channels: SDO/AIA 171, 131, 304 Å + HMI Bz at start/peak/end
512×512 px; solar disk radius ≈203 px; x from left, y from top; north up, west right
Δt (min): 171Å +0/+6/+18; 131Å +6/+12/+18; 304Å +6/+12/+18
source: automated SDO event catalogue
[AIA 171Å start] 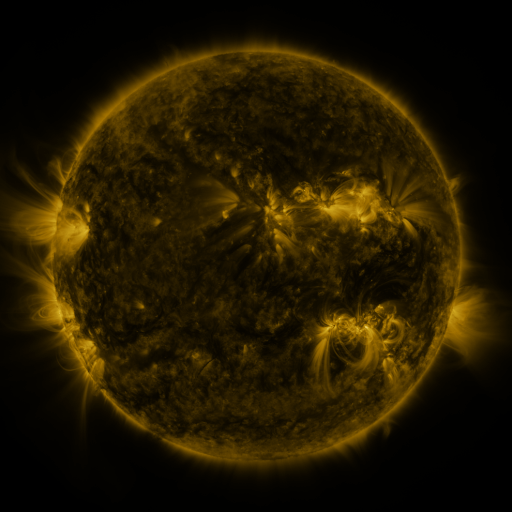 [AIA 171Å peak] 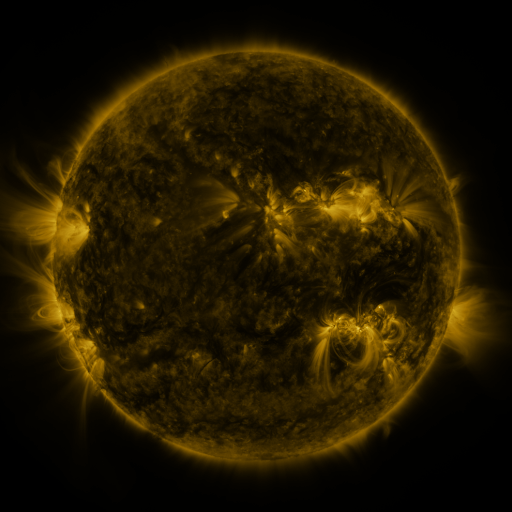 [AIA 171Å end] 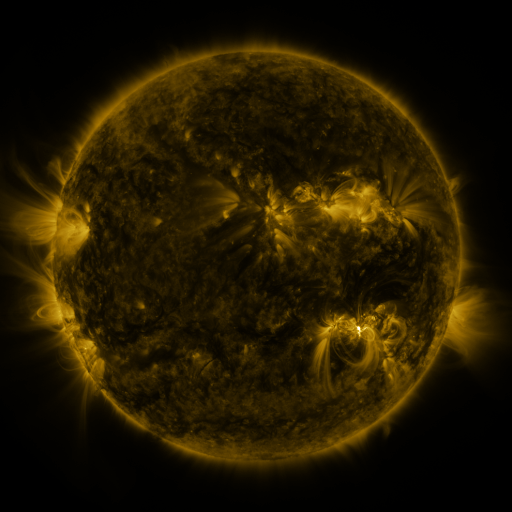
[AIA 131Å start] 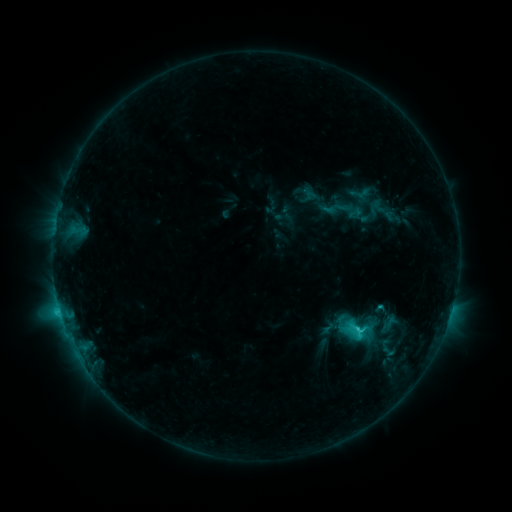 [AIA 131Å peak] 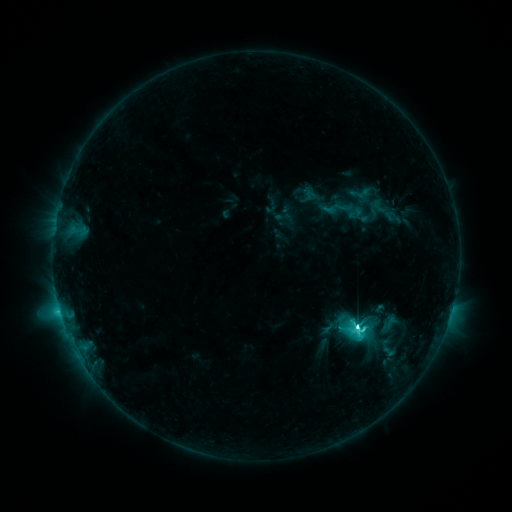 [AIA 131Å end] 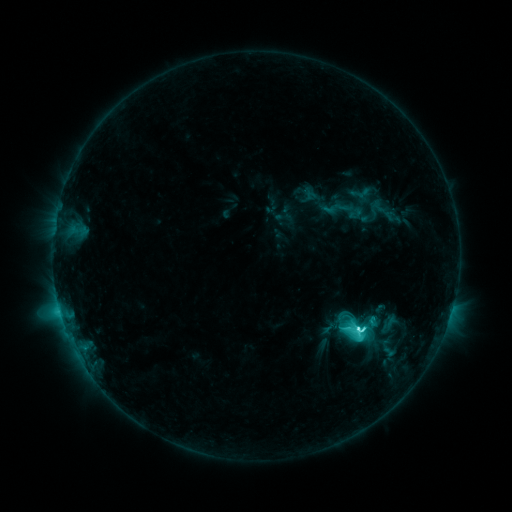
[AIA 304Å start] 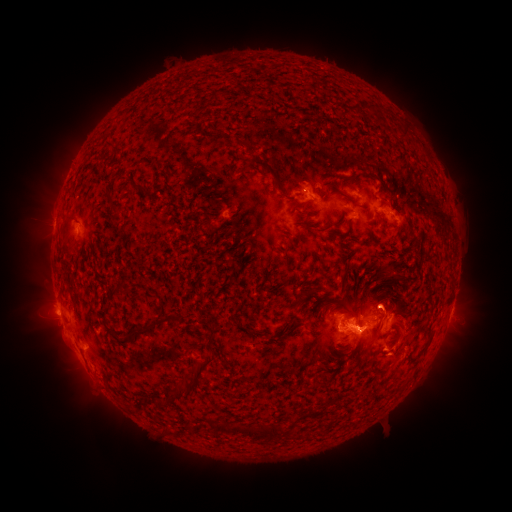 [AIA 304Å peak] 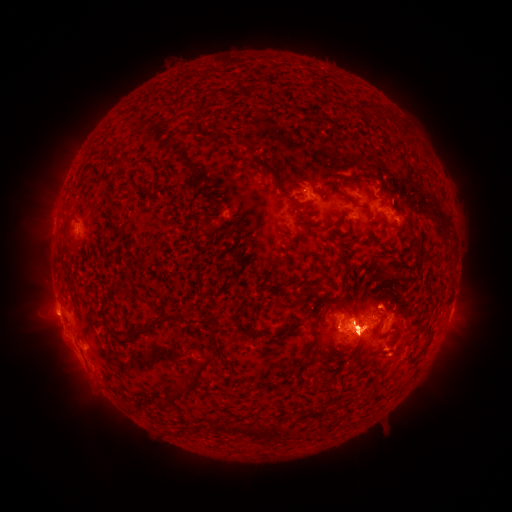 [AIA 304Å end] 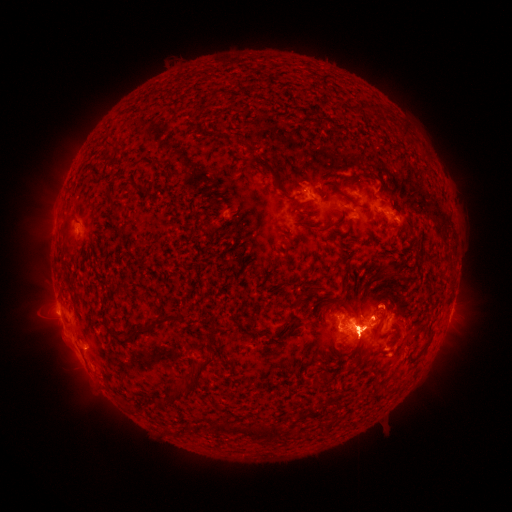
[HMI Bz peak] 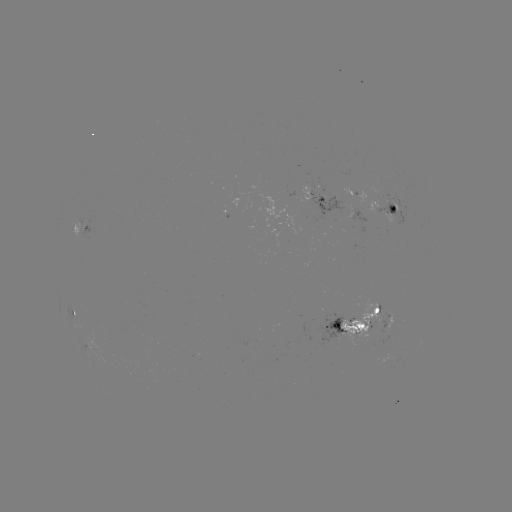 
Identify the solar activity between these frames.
M1.8 flare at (352, 328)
